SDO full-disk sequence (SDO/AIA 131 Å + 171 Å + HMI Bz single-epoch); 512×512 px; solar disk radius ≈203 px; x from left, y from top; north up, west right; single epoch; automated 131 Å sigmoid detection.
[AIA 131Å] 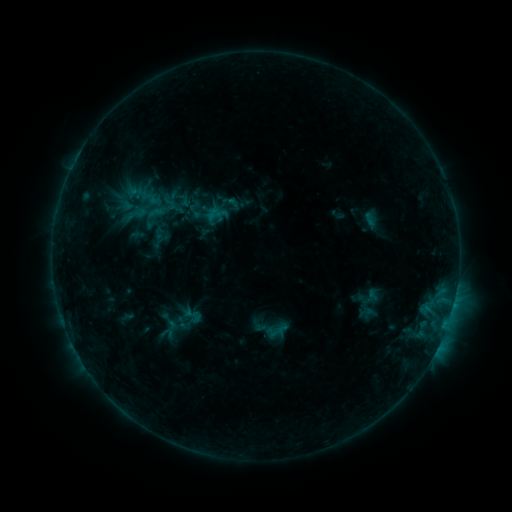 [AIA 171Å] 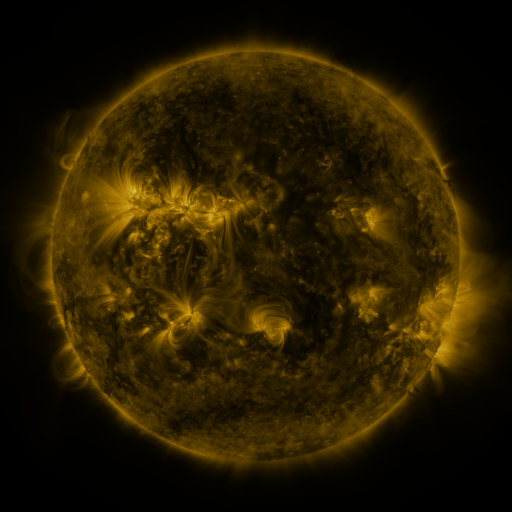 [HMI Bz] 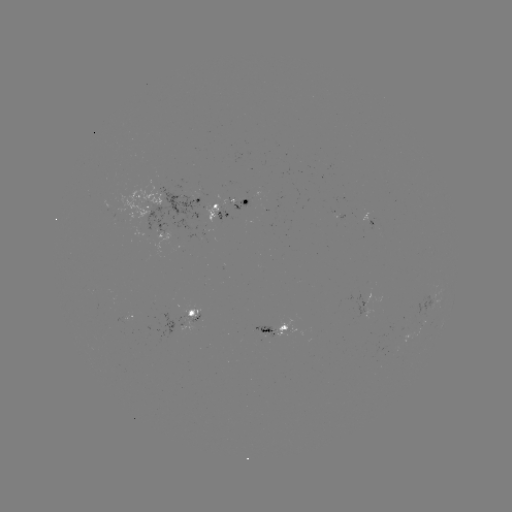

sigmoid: <bbox>179, 304, 205, 326</bbox>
